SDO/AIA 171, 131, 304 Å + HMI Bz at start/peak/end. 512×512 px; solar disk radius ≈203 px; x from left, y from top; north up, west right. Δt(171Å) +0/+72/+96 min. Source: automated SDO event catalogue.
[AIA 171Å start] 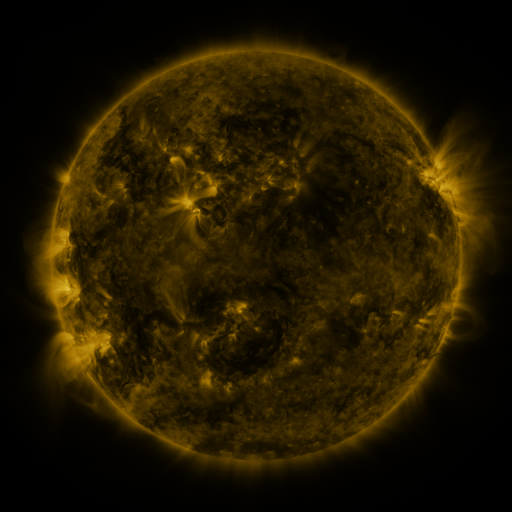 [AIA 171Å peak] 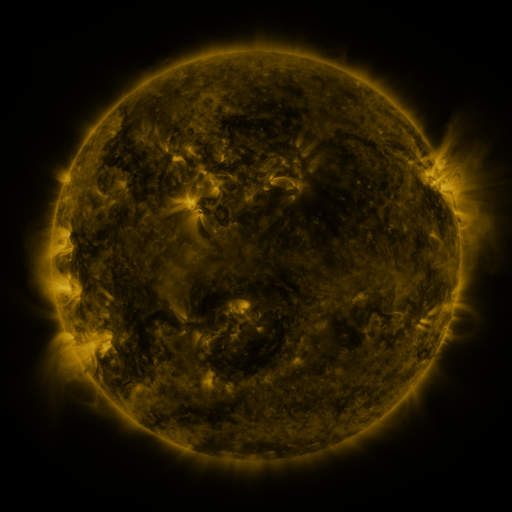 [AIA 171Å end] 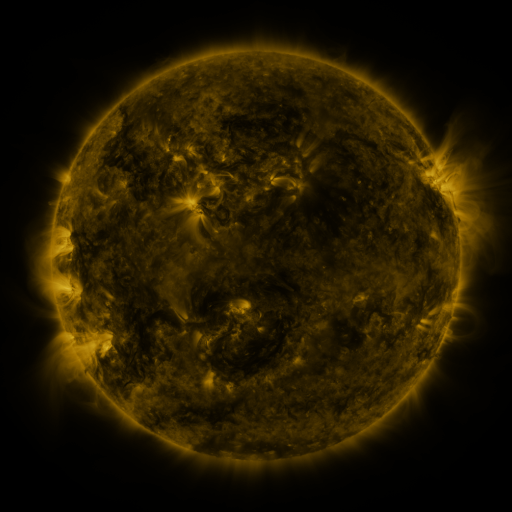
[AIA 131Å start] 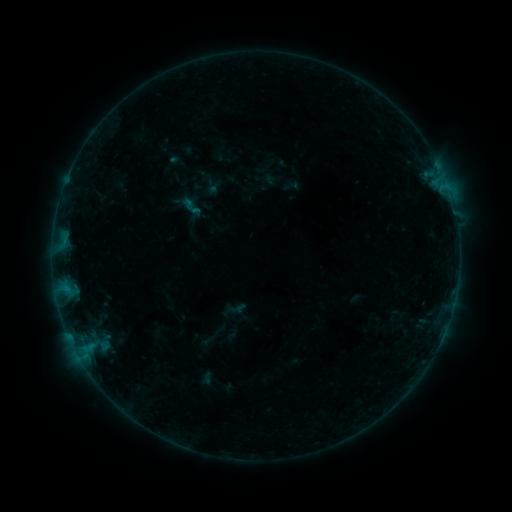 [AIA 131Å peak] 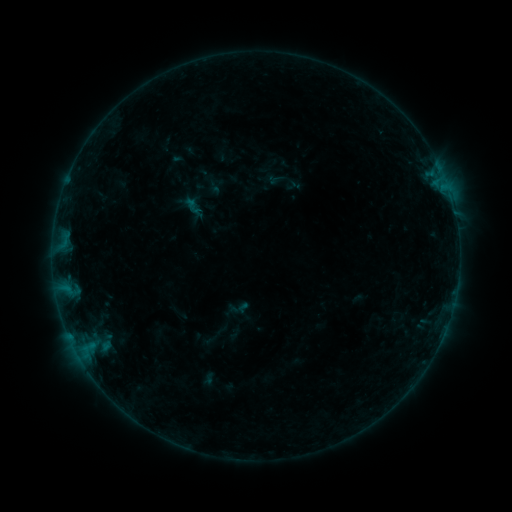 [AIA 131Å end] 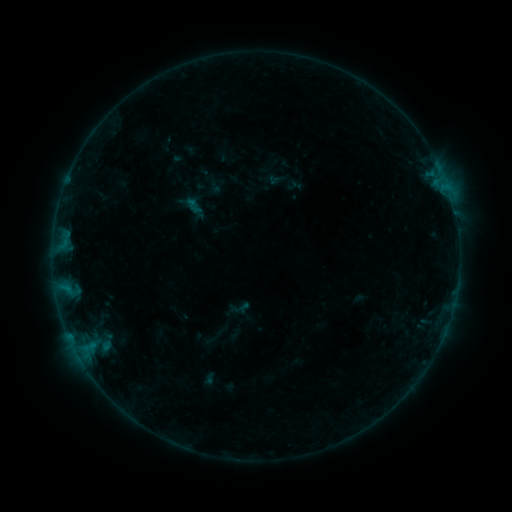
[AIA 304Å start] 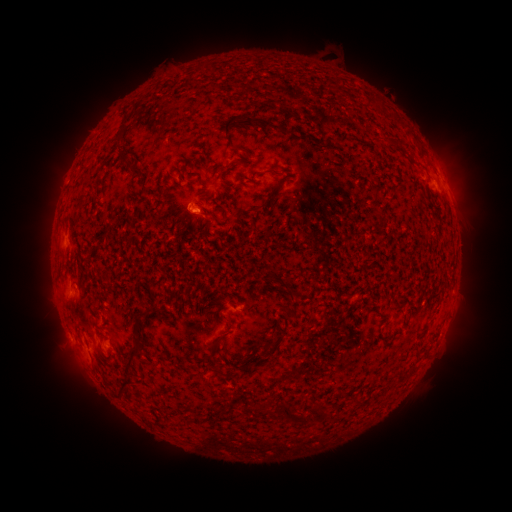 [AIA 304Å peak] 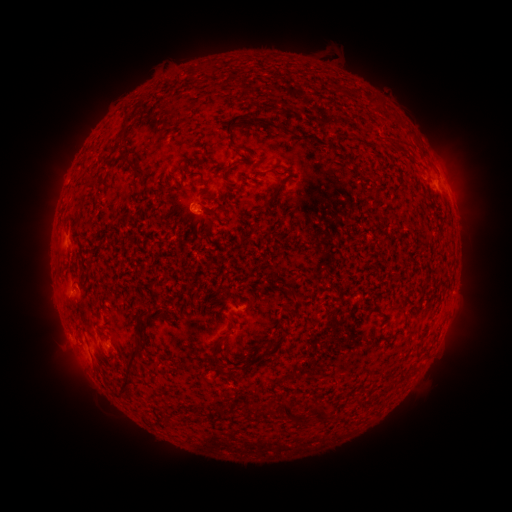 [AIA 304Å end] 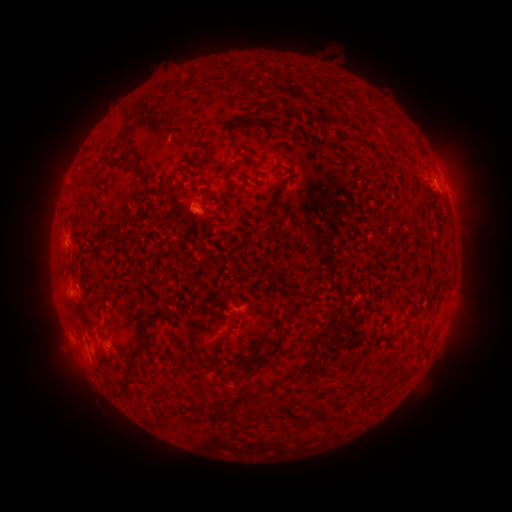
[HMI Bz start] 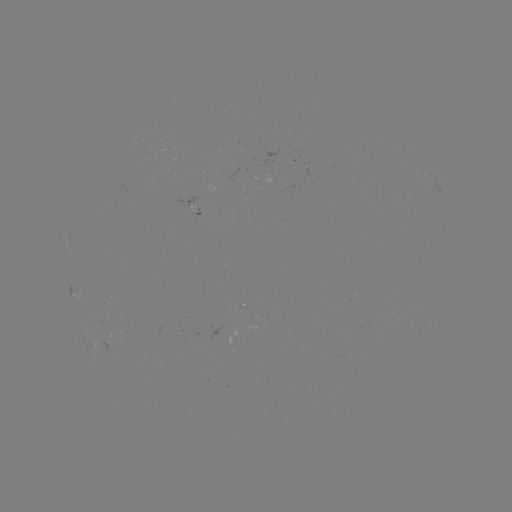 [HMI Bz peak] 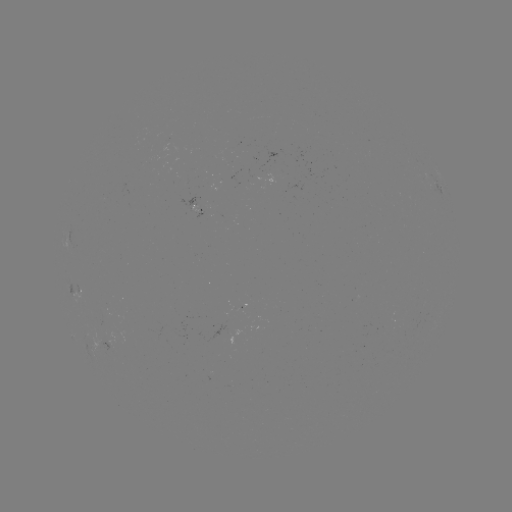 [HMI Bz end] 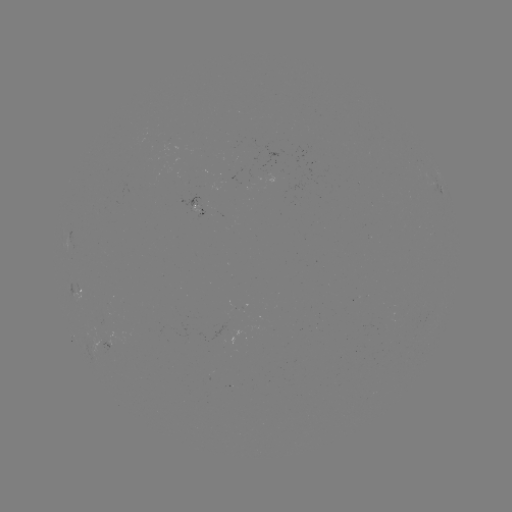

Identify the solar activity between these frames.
emerging-flux region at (115, 338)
